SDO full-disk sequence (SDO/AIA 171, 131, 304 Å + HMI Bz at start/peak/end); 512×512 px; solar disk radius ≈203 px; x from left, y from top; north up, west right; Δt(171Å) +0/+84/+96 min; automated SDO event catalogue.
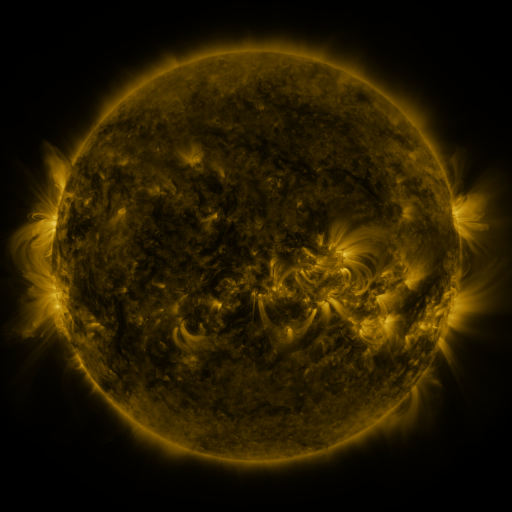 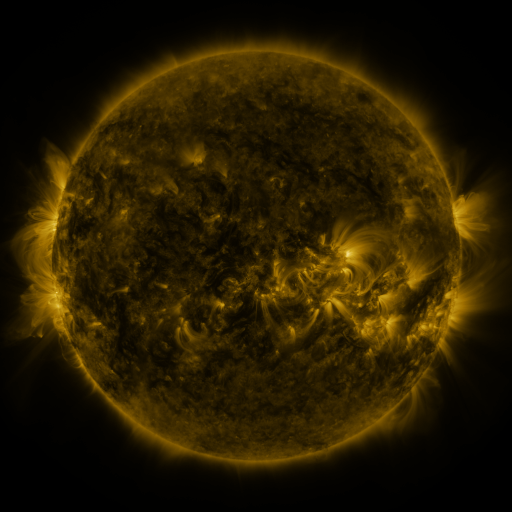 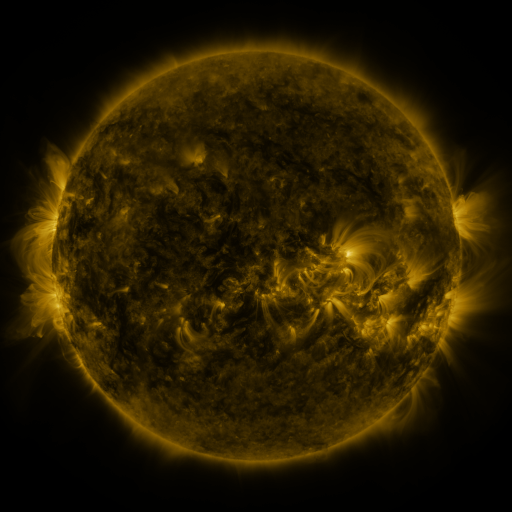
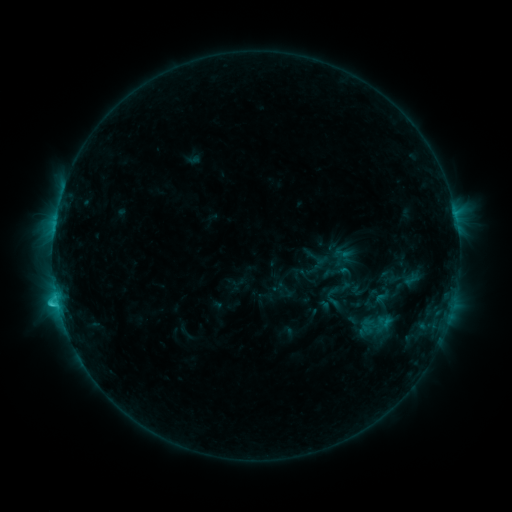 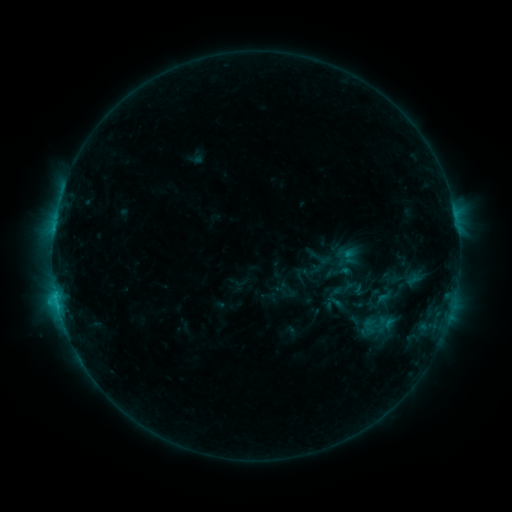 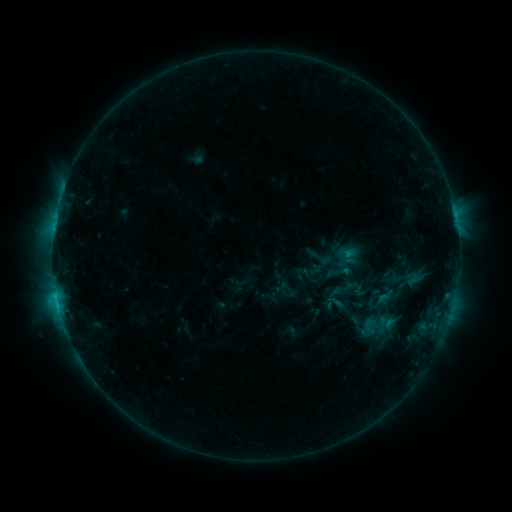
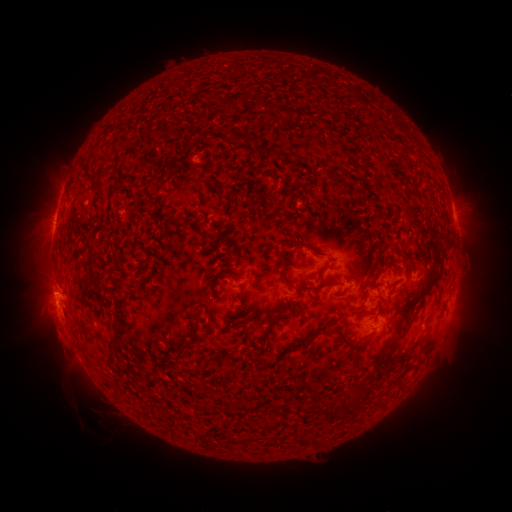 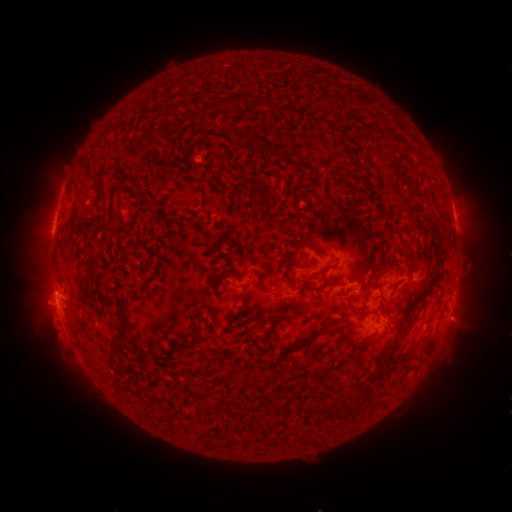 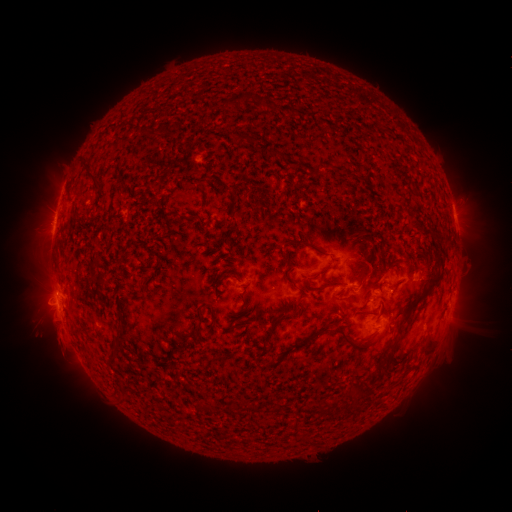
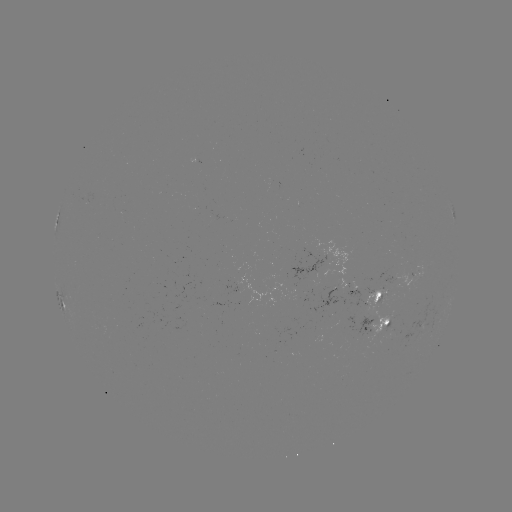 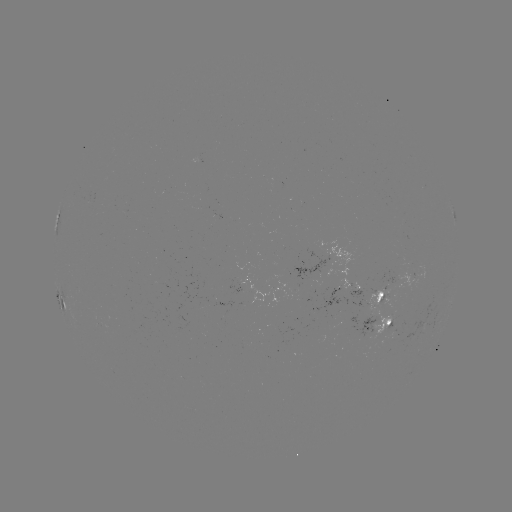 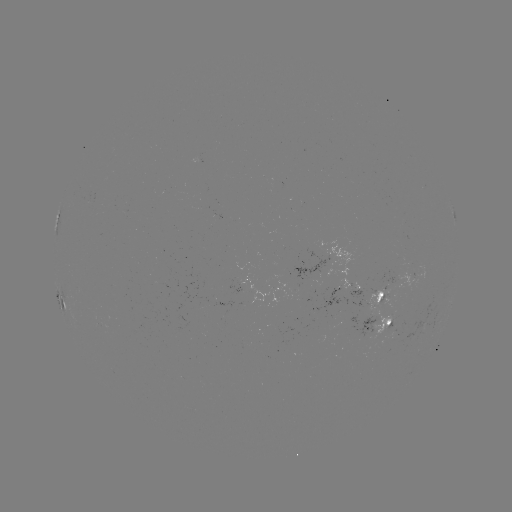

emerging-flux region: [367, 286, 388, 313]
